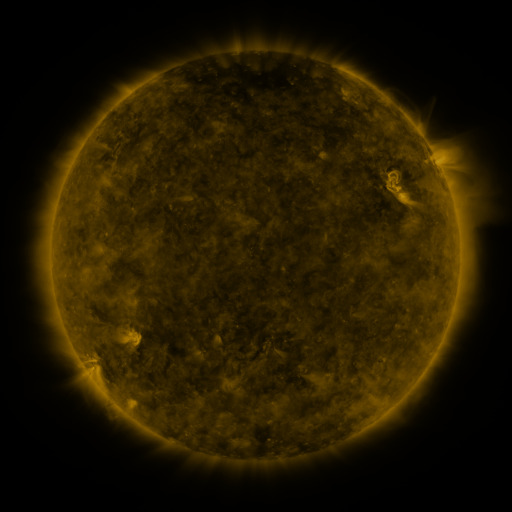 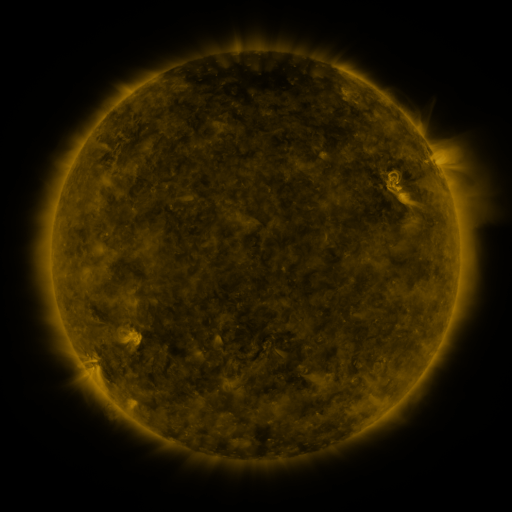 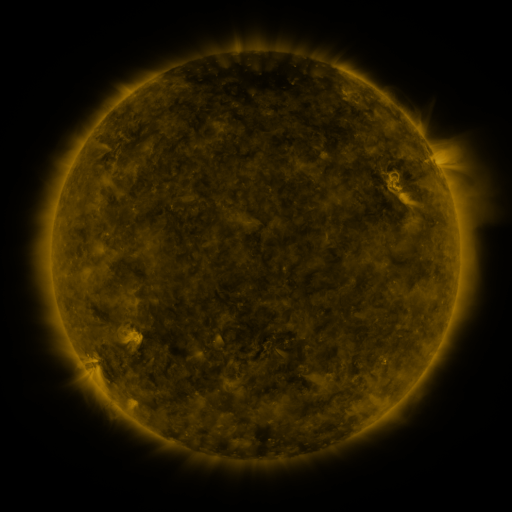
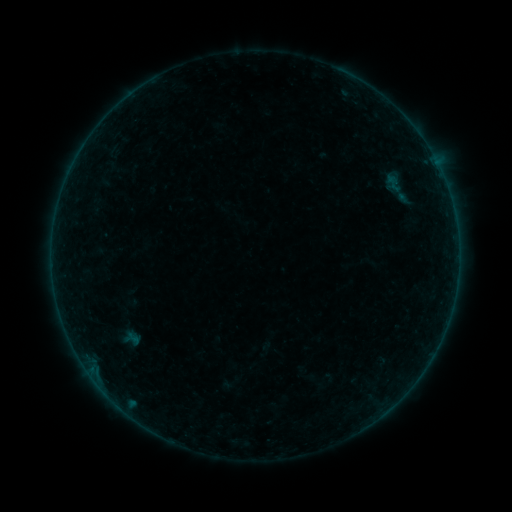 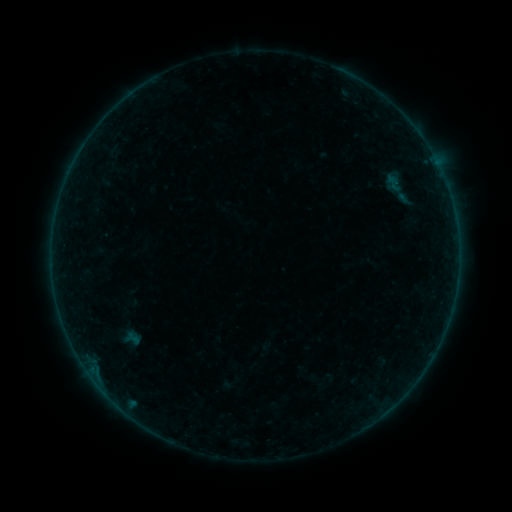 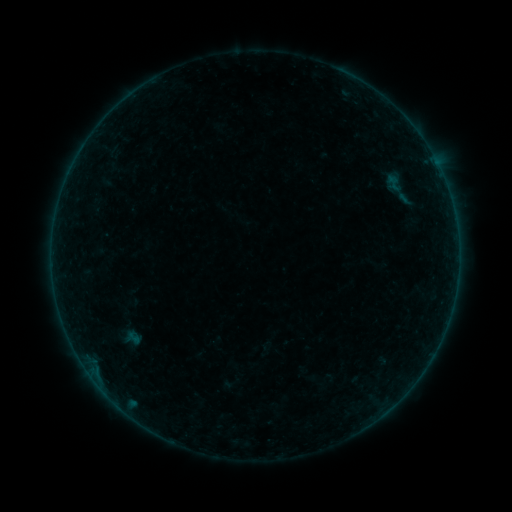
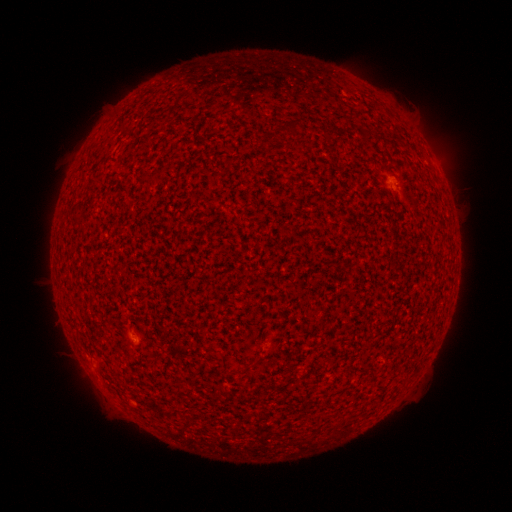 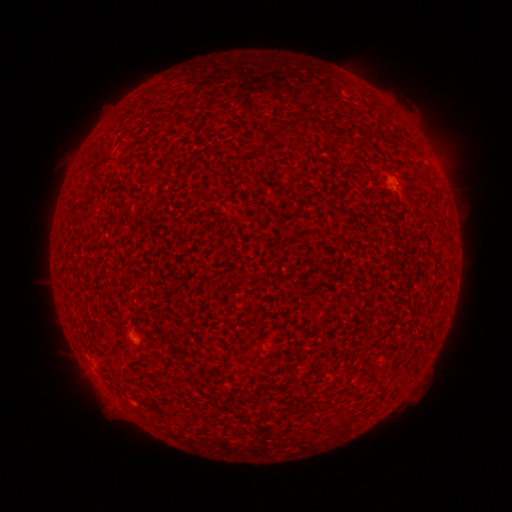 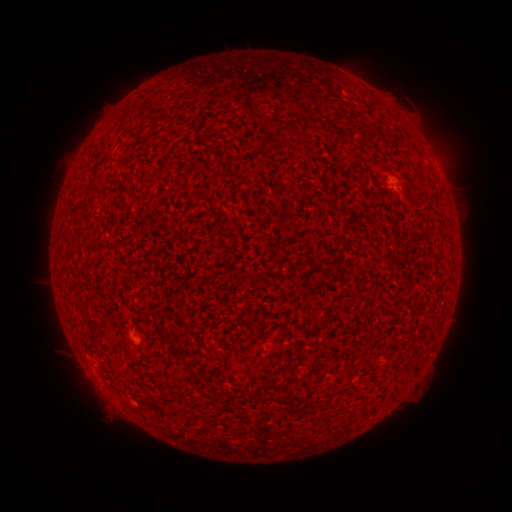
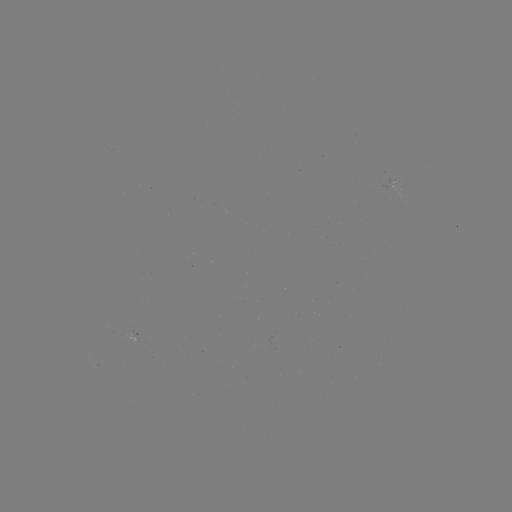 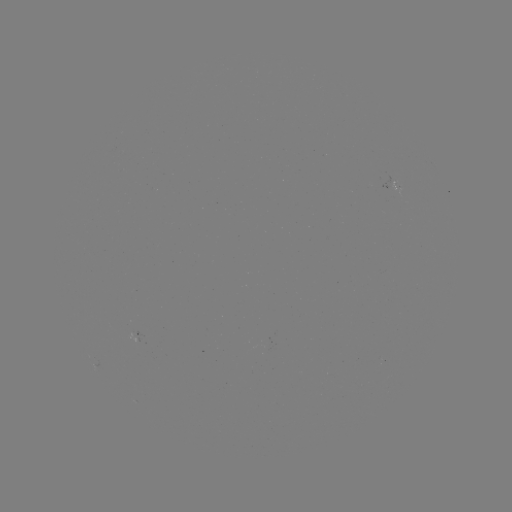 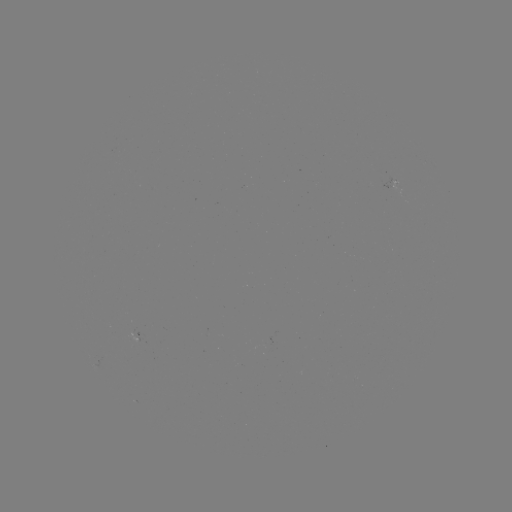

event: flare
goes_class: A3.4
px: (88, 370)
